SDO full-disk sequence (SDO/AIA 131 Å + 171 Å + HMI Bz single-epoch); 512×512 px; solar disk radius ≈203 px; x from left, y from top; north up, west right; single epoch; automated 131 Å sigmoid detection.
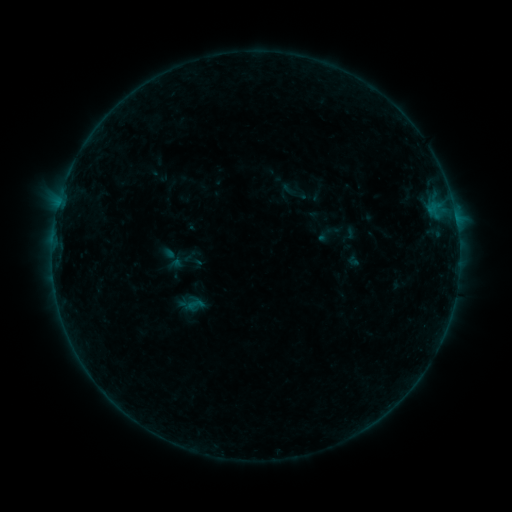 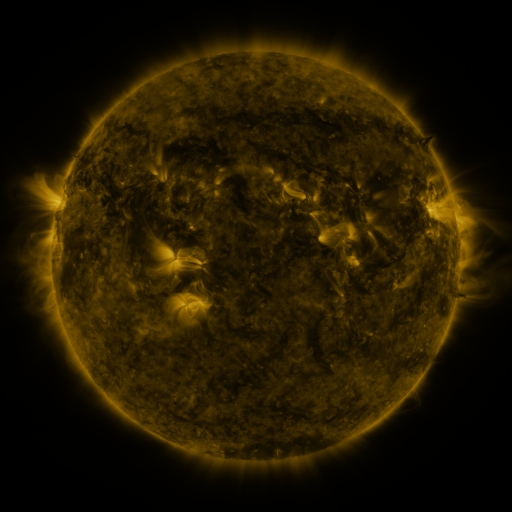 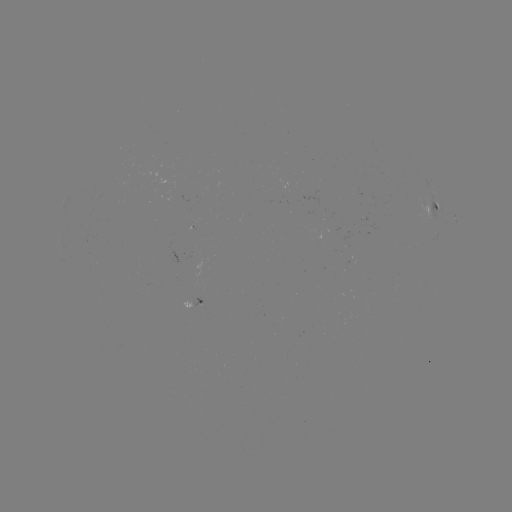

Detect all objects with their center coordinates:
sigmoid: (294, 191)
